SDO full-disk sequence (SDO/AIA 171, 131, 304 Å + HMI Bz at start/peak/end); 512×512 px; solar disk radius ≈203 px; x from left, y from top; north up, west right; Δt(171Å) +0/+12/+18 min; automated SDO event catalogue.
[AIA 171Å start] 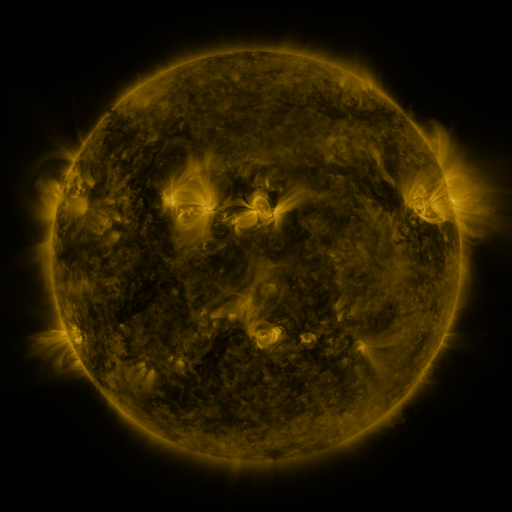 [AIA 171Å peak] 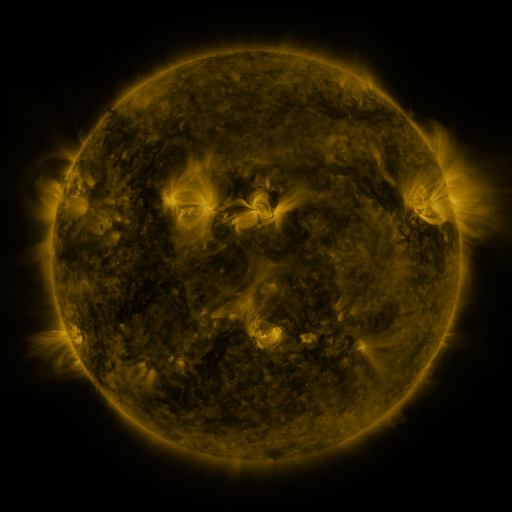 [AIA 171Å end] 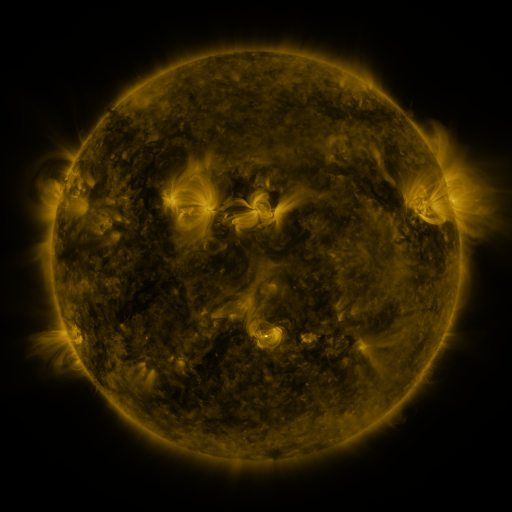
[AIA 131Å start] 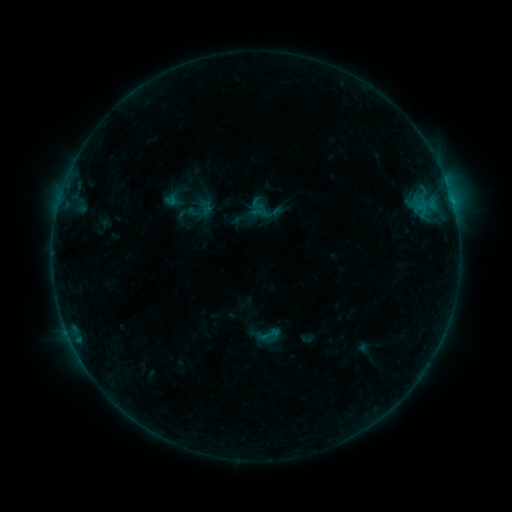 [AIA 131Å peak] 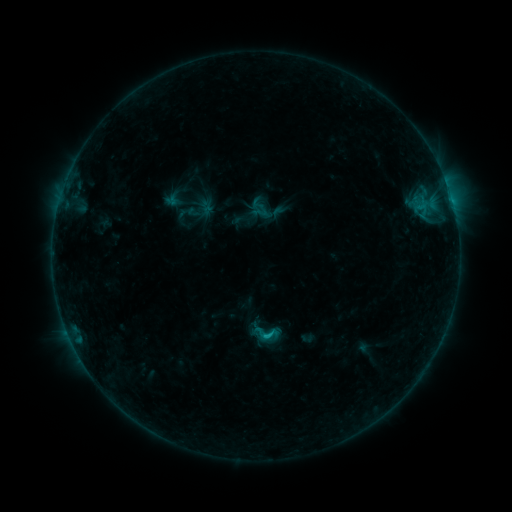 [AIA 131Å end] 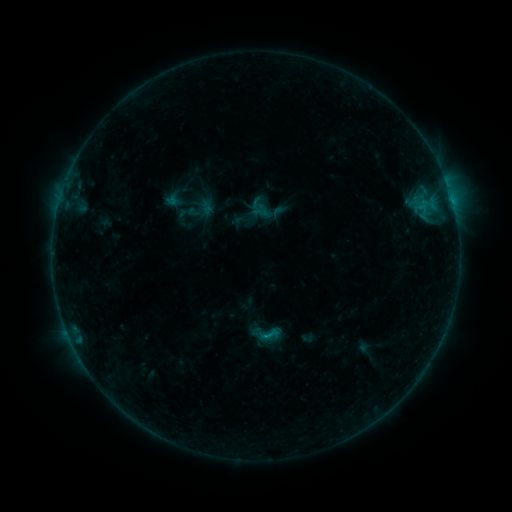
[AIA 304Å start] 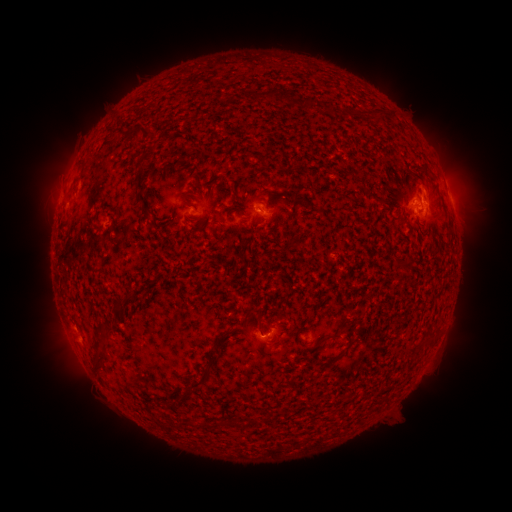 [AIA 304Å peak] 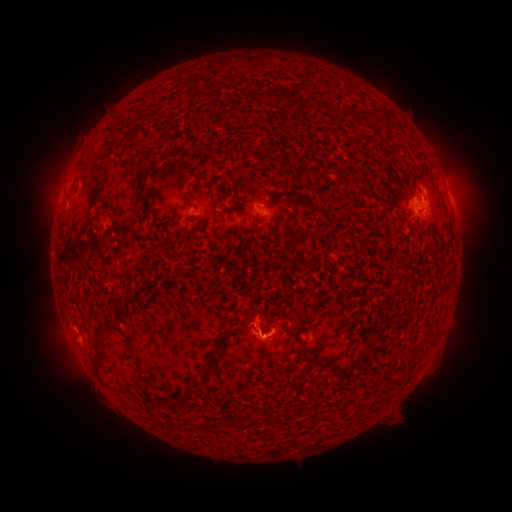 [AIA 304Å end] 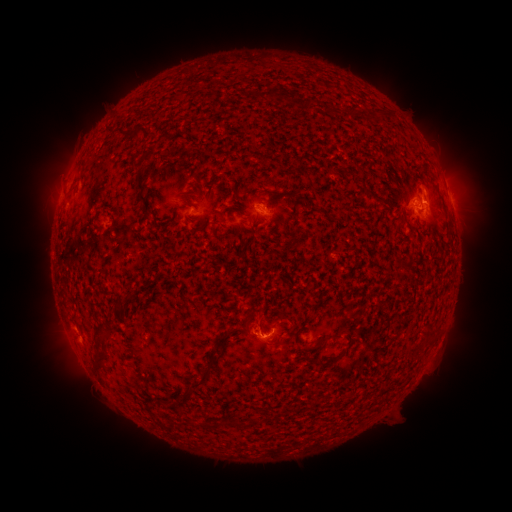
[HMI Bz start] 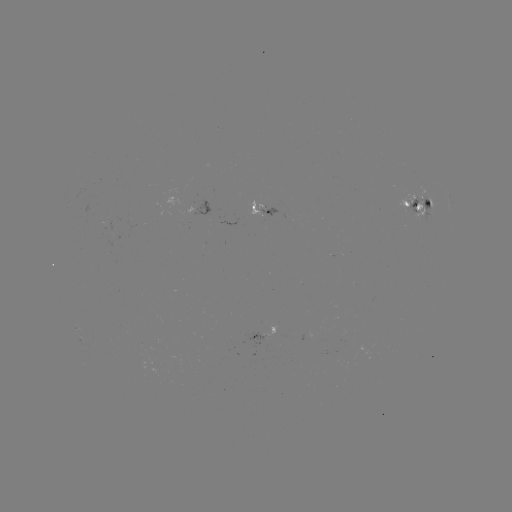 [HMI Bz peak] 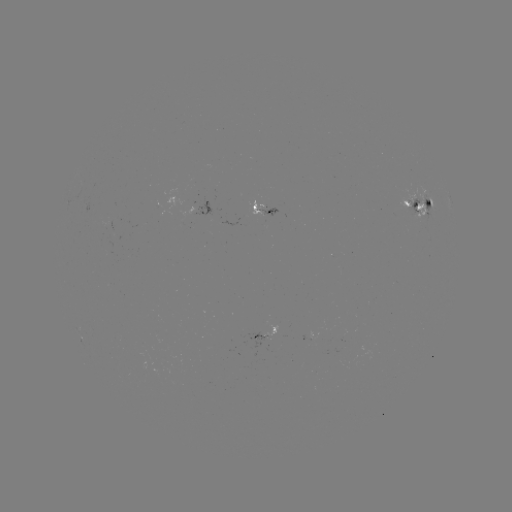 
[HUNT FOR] B7.6 flare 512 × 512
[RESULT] [262, 333]